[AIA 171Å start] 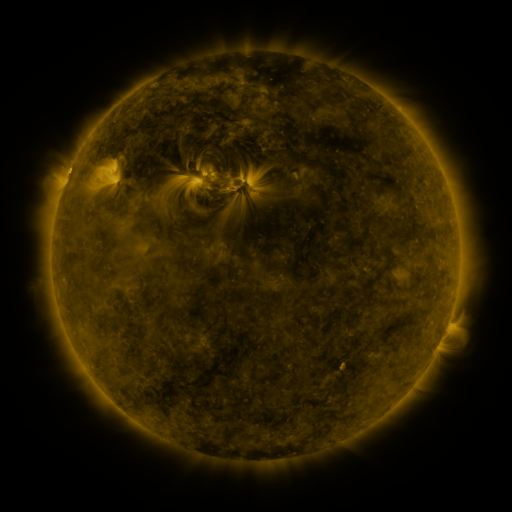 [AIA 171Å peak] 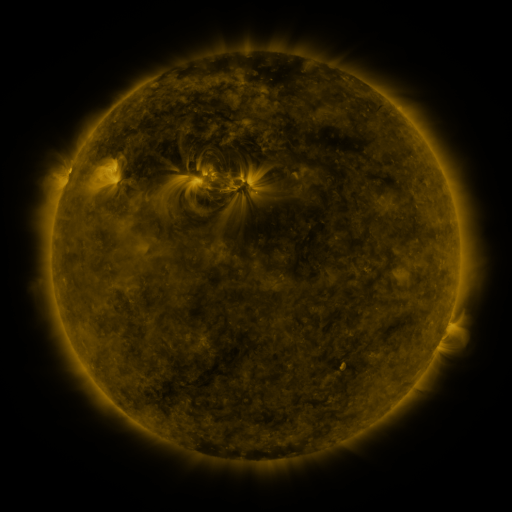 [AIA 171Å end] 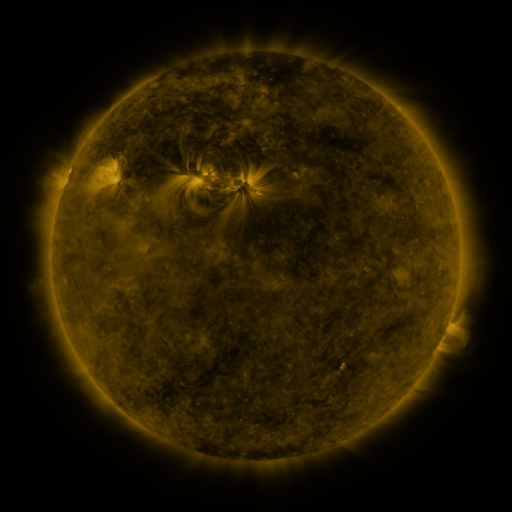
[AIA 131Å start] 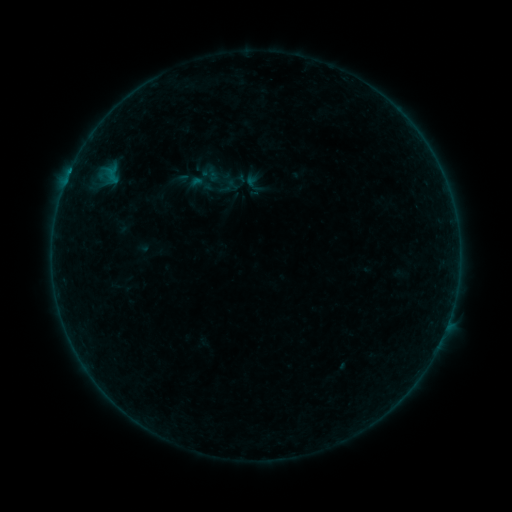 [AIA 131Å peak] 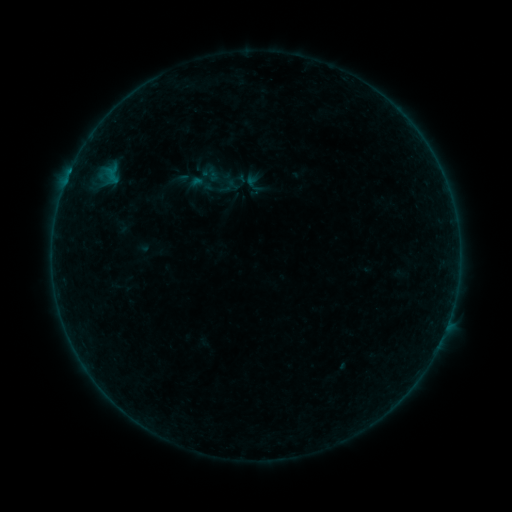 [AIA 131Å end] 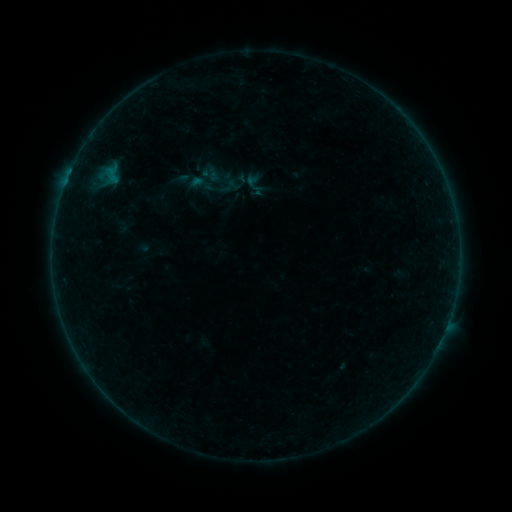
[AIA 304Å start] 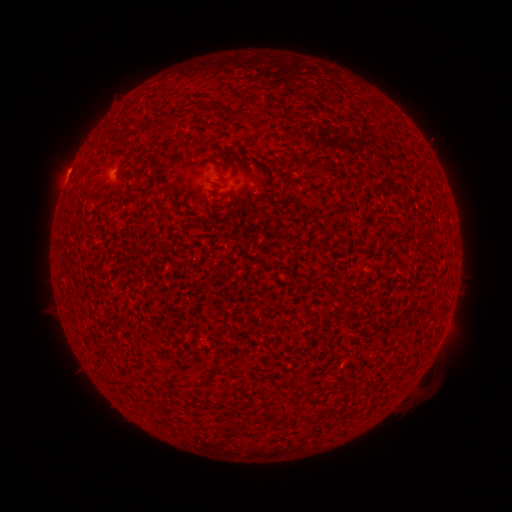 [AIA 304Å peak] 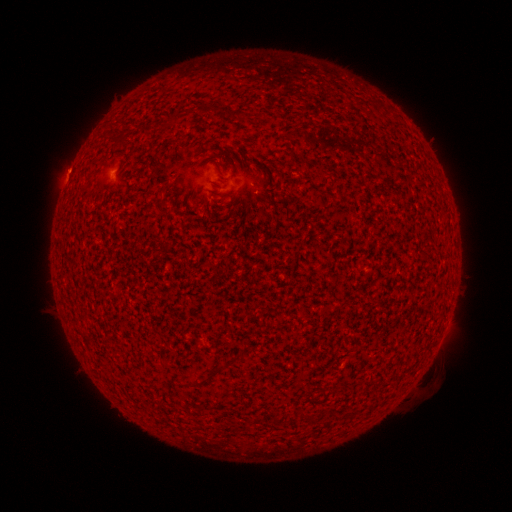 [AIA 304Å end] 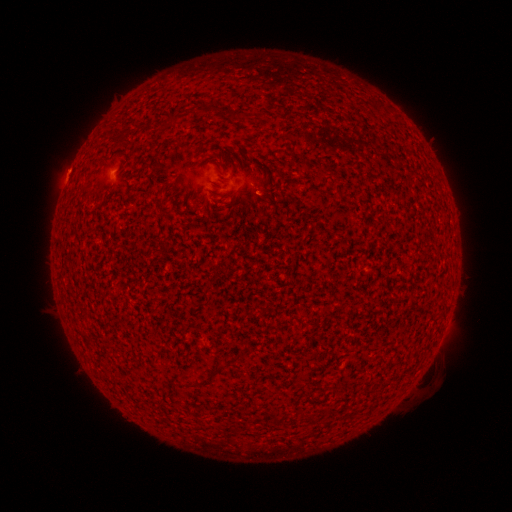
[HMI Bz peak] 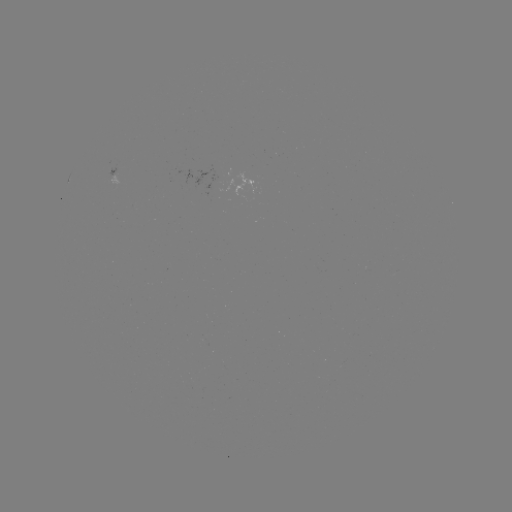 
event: flare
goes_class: A8.9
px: (70, 175)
